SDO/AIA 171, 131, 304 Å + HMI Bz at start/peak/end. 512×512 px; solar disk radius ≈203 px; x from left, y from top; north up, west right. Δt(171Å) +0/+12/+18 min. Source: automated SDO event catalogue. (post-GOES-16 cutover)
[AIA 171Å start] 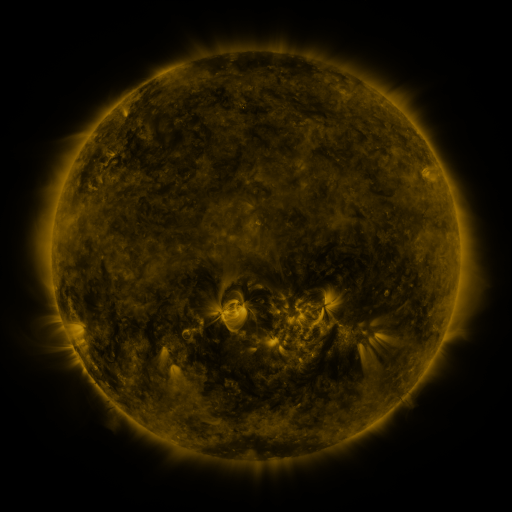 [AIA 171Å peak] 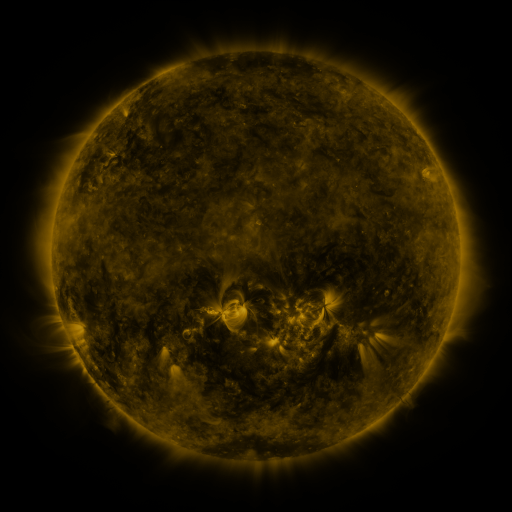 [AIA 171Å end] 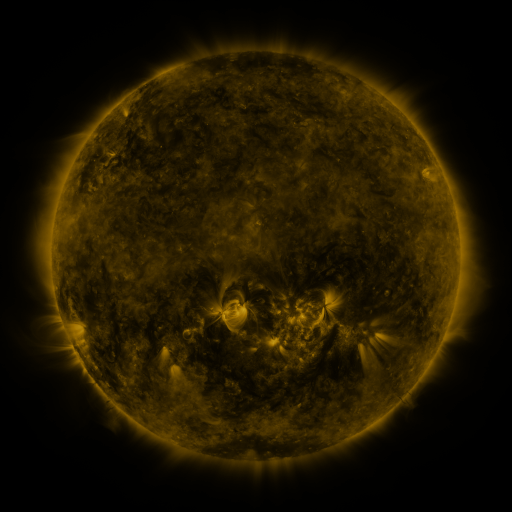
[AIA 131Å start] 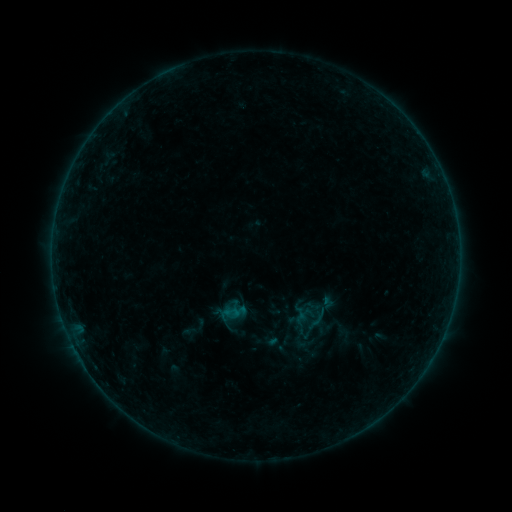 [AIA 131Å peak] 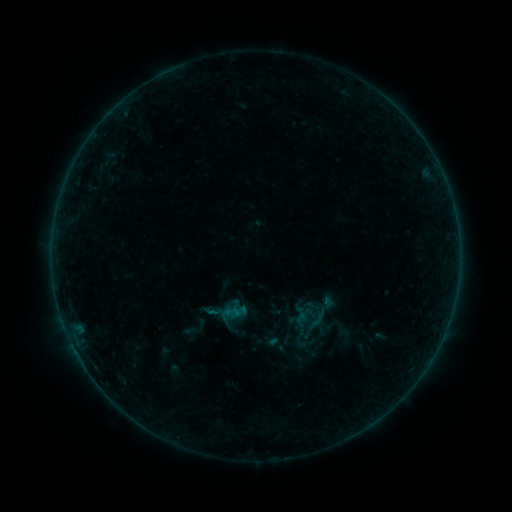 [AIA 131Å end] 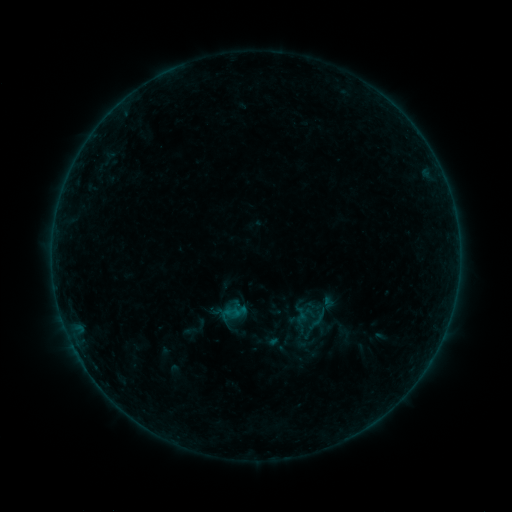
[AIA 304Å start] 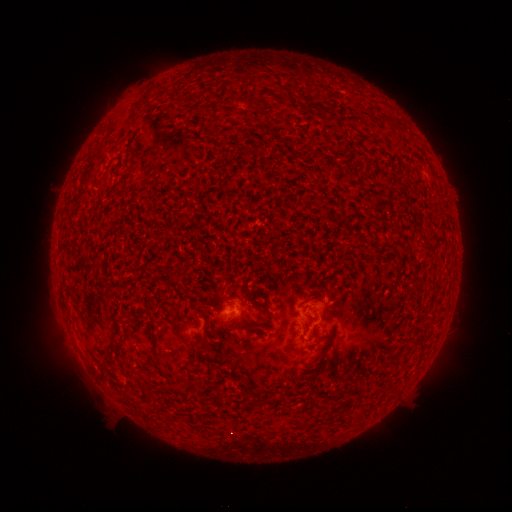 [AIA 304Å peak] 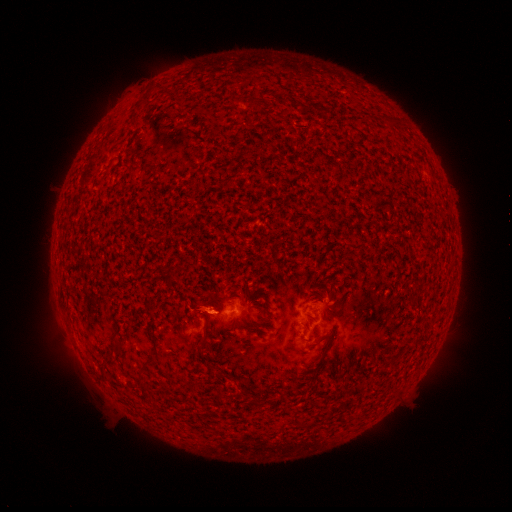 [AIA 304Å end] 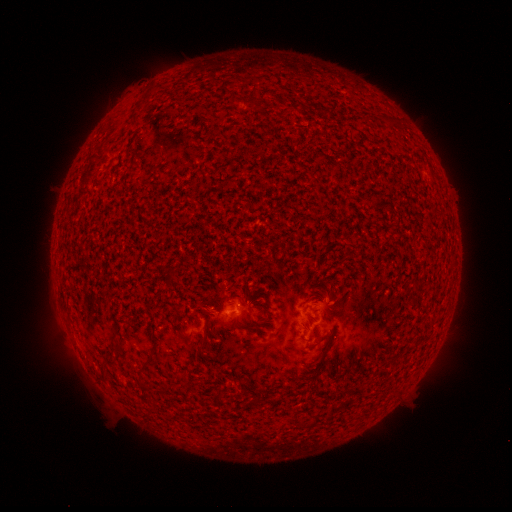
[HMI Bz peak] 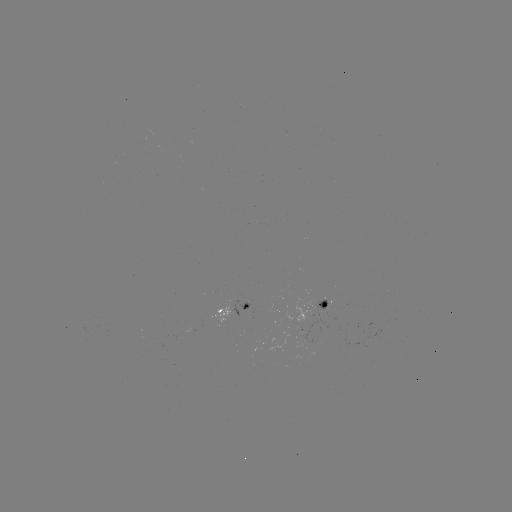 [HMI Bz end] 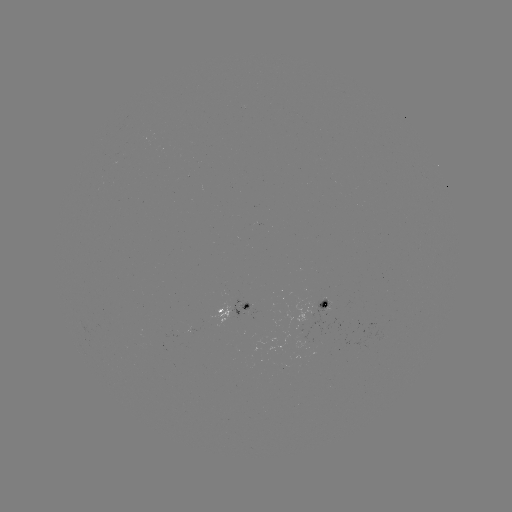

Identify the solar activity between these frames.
B1.1 flare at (215, 310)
